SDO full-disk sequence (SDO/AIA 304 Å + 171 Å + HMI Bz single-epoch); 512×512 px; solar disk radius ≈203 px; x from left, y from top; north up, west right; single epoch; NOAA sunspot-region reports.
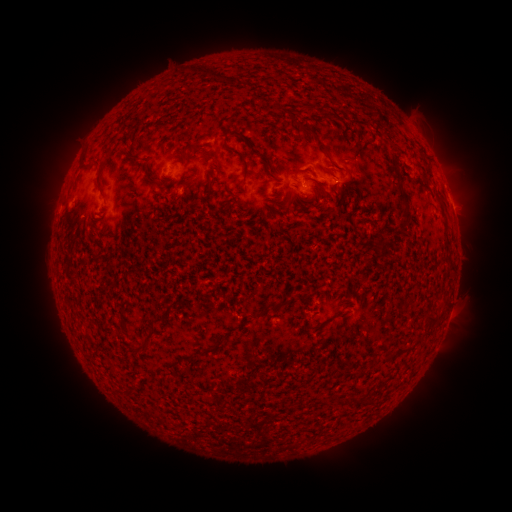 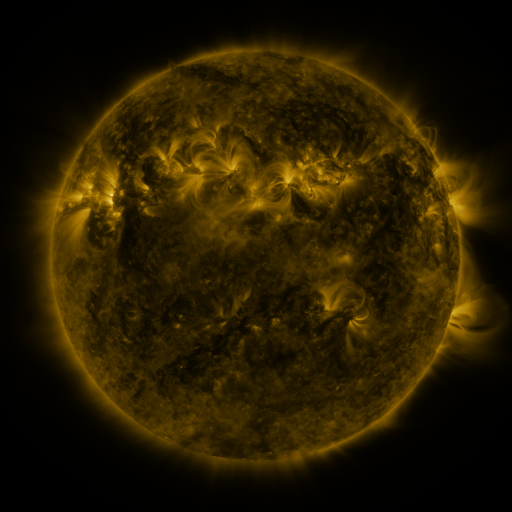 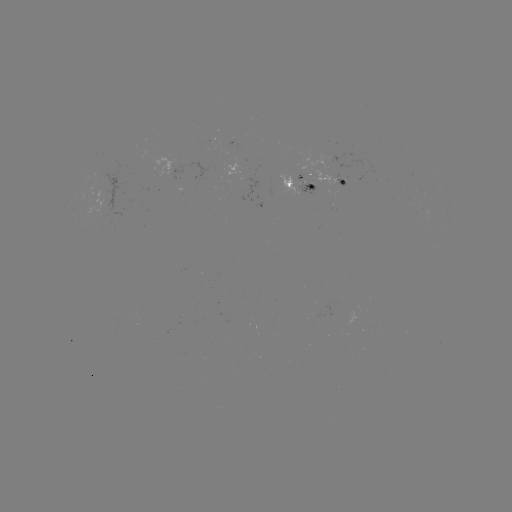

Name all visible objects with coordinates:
spotted active region: (174, 162)
spotted active region: (303, 184)
spotted active region: (347, 185)
spotted active region: (273, 194)
spotted active region: (452, 205)
